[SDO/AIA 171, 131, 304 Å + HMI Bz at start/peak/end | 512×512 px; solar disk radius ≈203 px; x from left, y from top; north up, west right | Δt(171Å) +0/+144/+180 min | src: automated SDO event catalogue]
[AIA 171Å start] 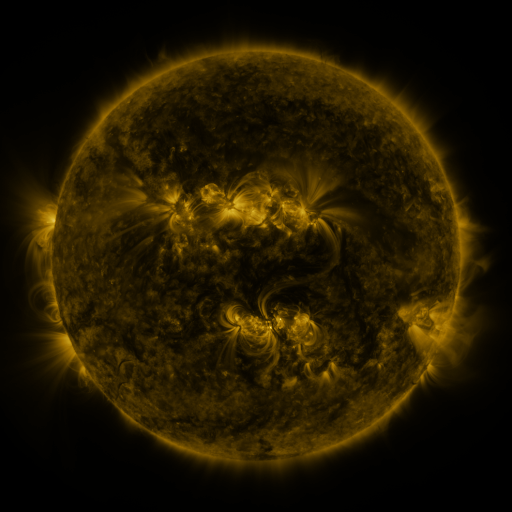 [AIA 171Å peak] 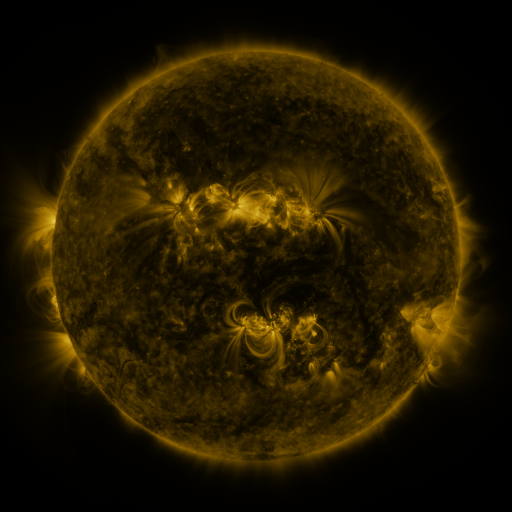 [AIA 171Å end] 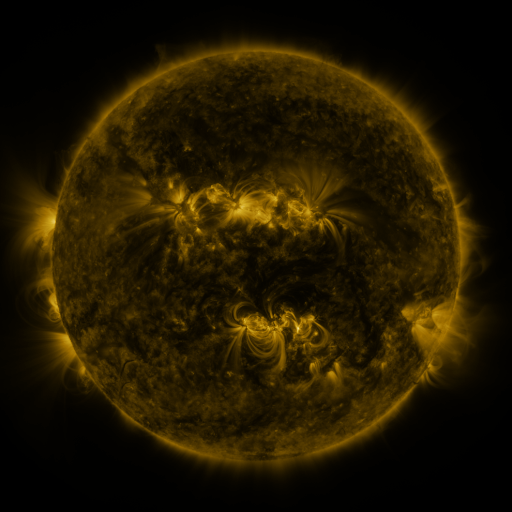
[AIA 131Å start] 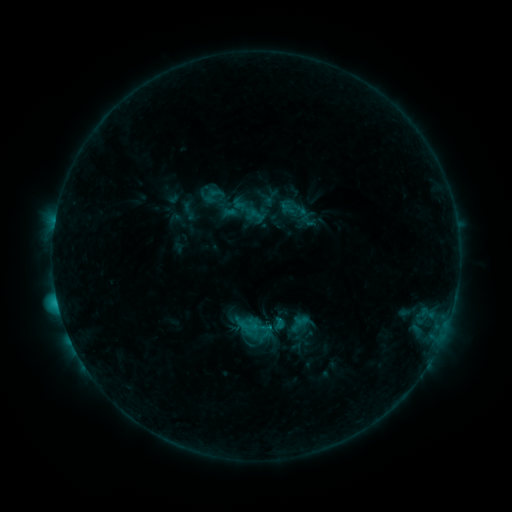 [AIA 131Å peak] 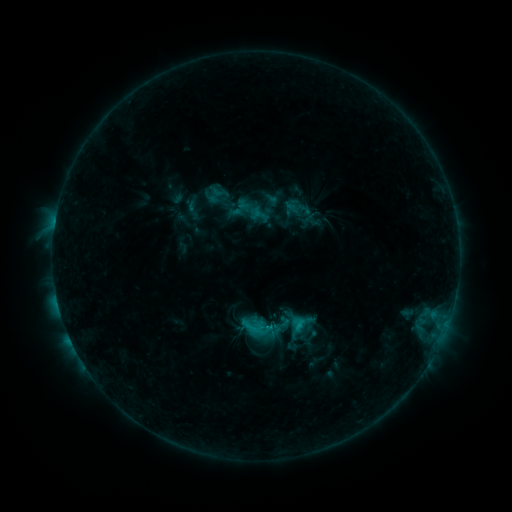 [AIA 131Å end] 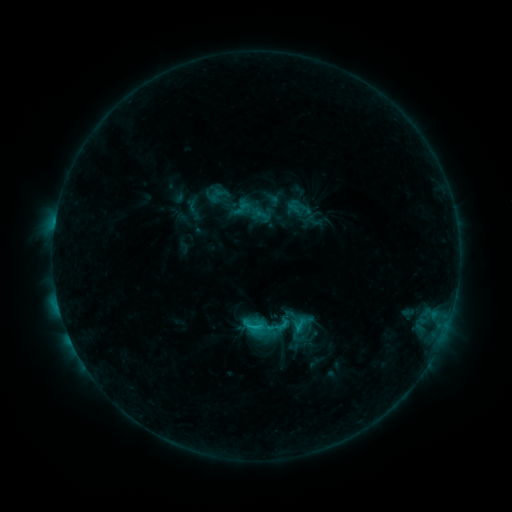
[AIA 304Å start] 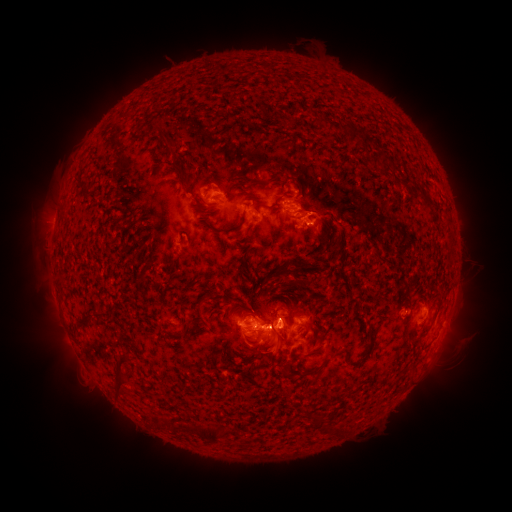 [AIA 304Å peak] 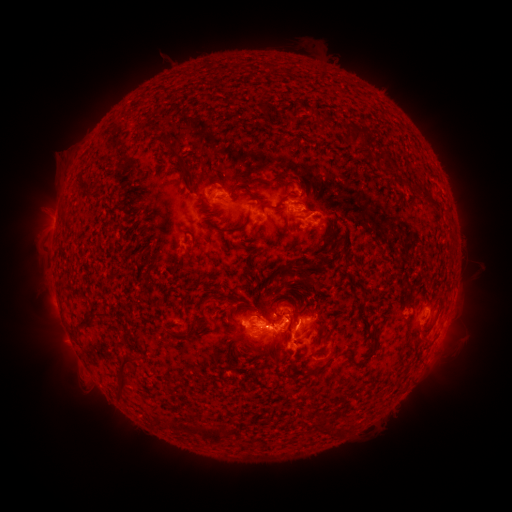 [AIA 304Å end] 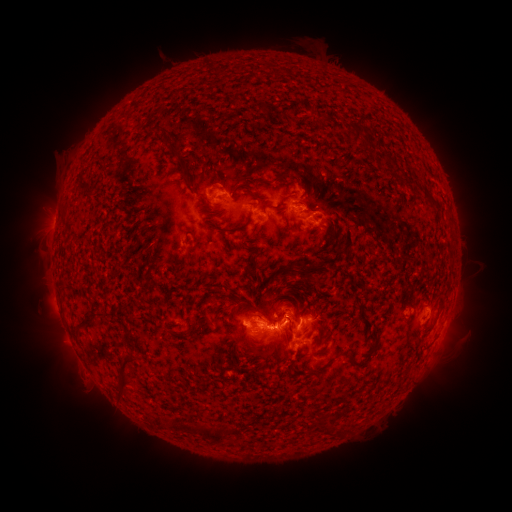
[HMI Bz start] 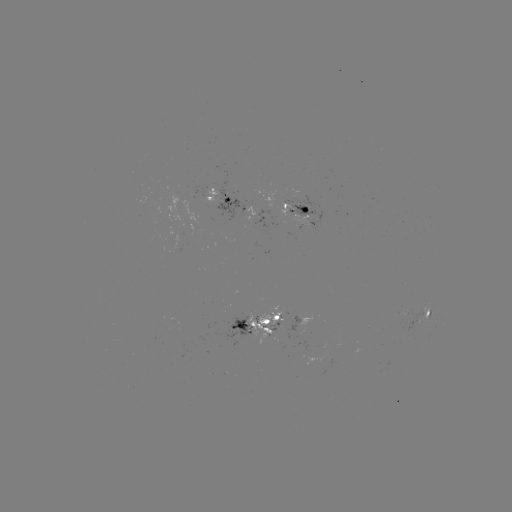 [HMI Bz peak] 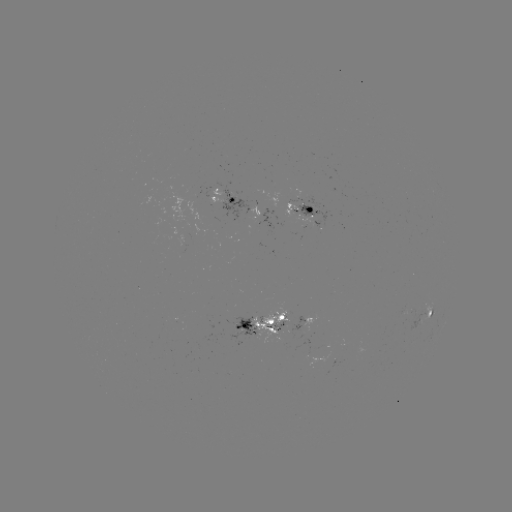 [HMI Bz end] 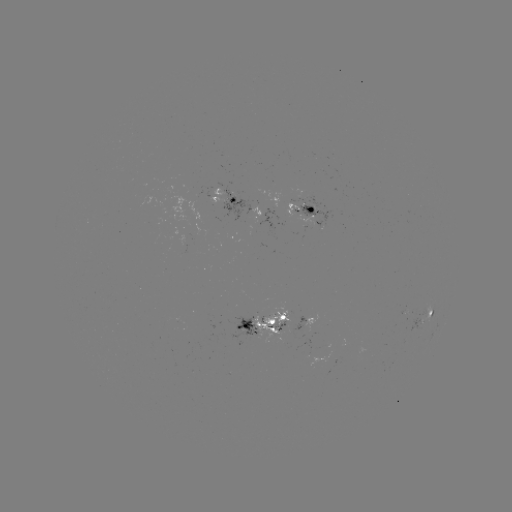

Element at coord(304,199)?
emerging-flux region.